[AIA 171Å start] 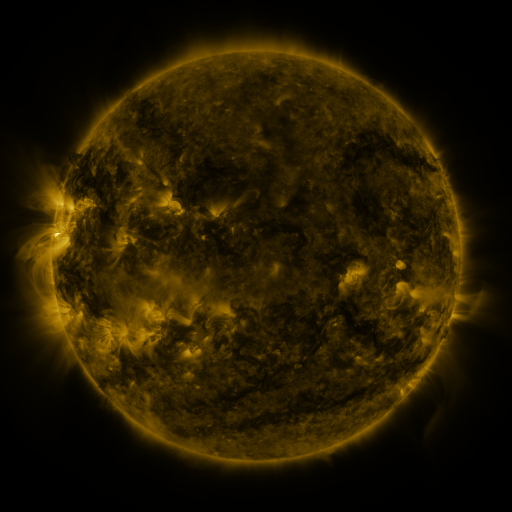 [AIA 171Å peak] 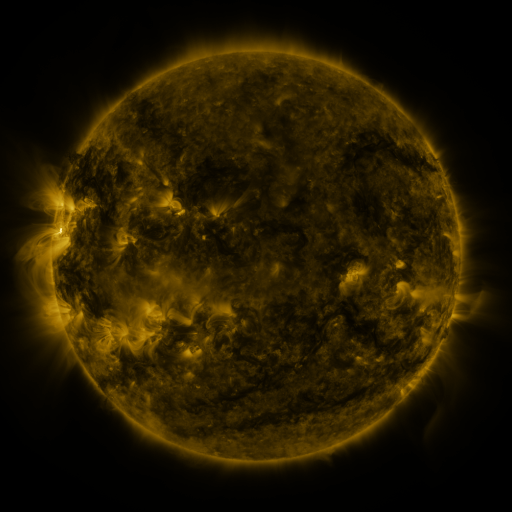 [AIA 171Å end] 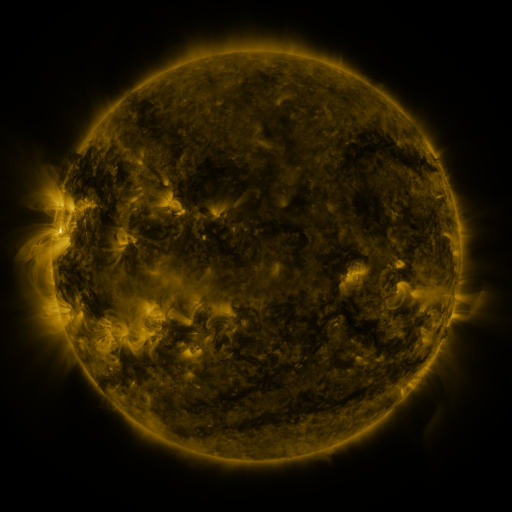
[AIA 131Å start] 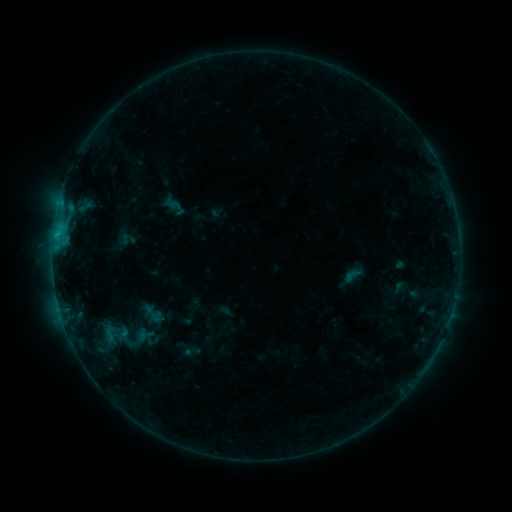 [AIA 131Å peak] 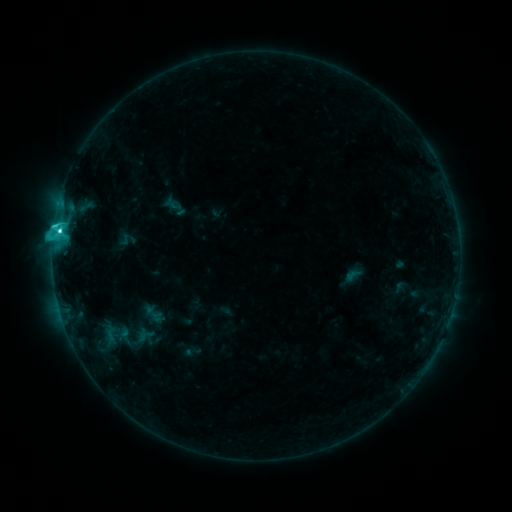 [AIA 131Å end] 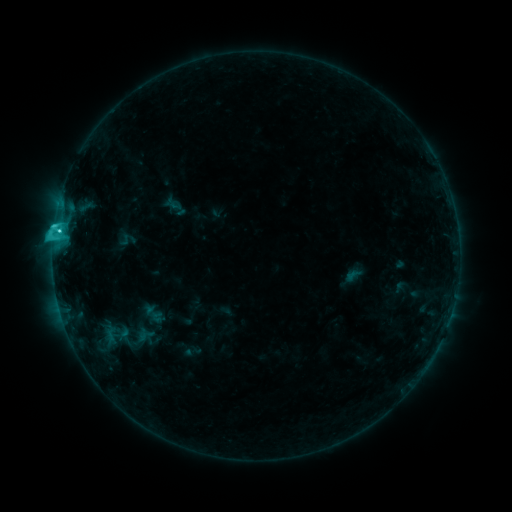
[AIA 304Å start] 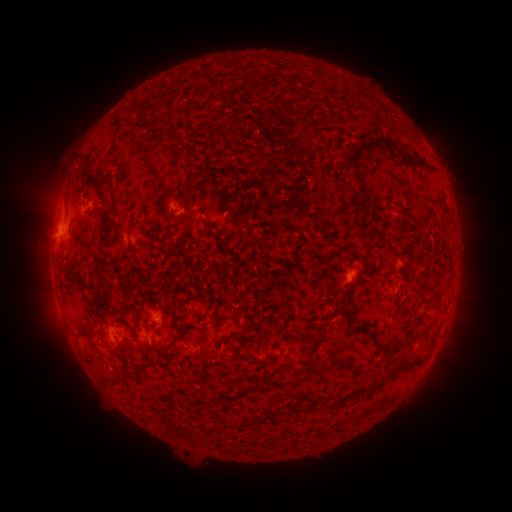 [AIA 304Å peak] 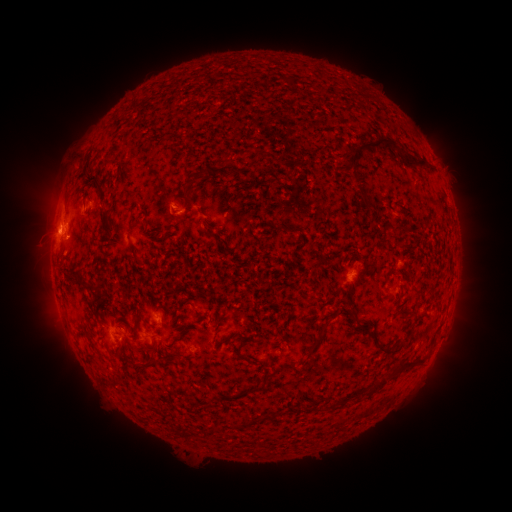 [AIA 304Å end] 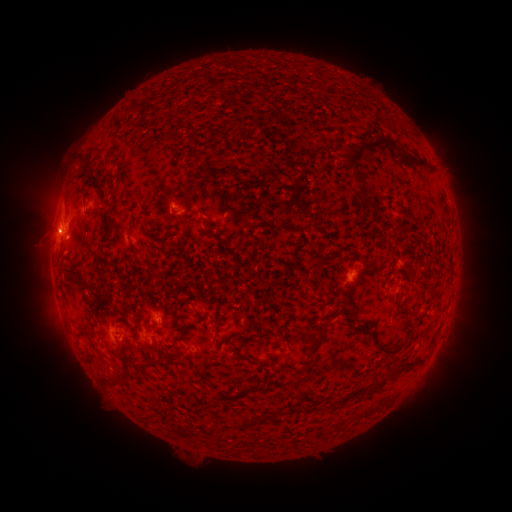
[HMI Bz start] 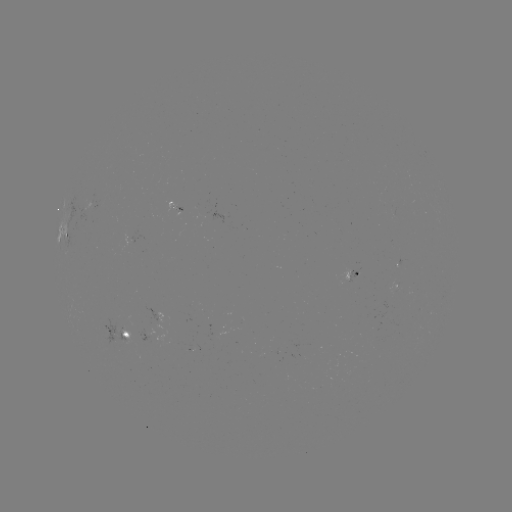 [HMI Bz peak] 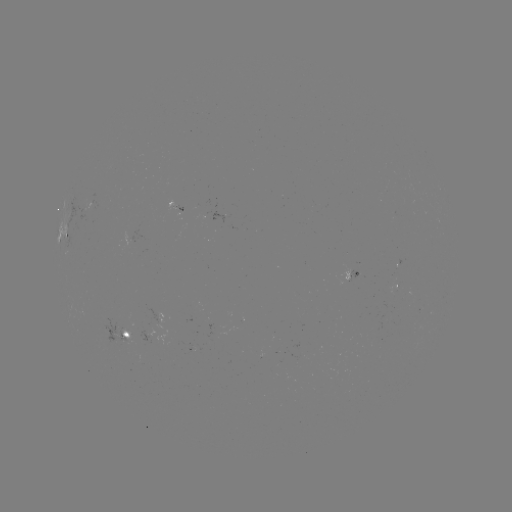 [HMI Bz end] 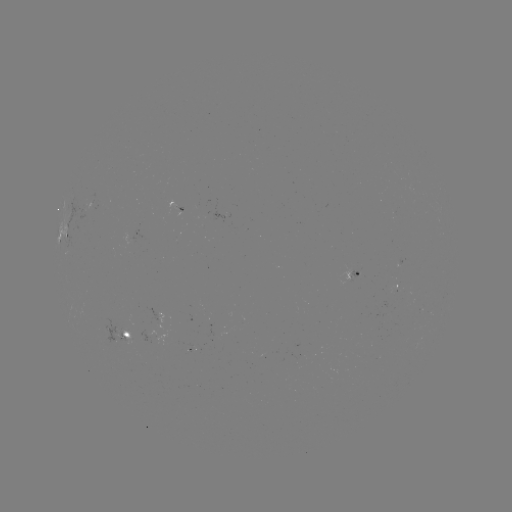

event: flare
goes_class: C3.8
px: (59, 233)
